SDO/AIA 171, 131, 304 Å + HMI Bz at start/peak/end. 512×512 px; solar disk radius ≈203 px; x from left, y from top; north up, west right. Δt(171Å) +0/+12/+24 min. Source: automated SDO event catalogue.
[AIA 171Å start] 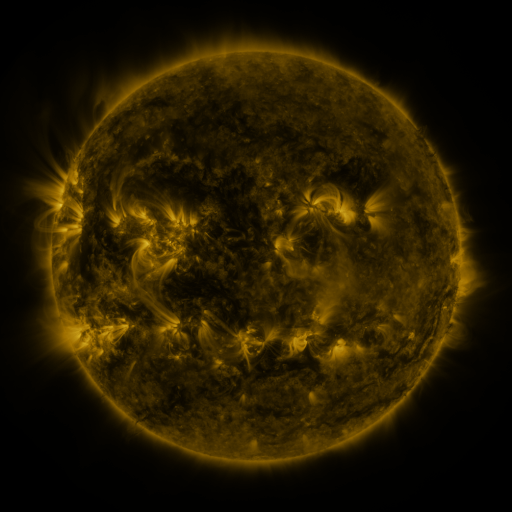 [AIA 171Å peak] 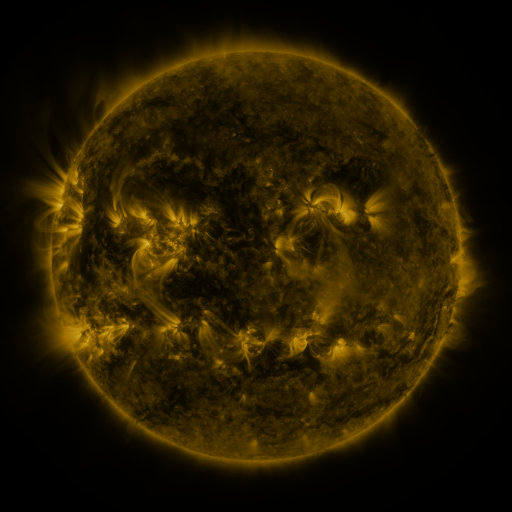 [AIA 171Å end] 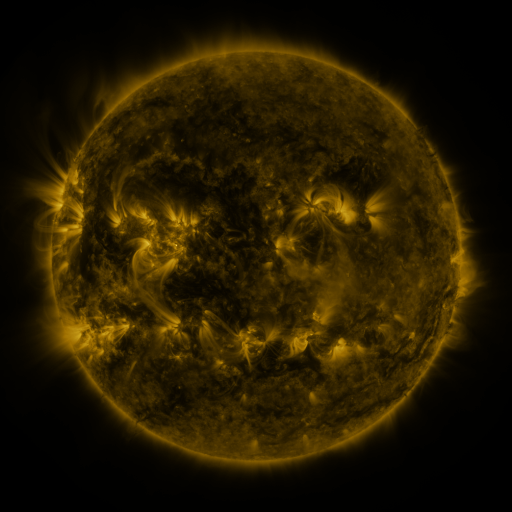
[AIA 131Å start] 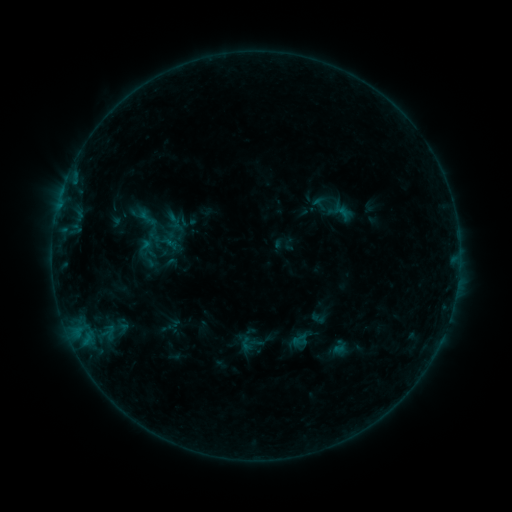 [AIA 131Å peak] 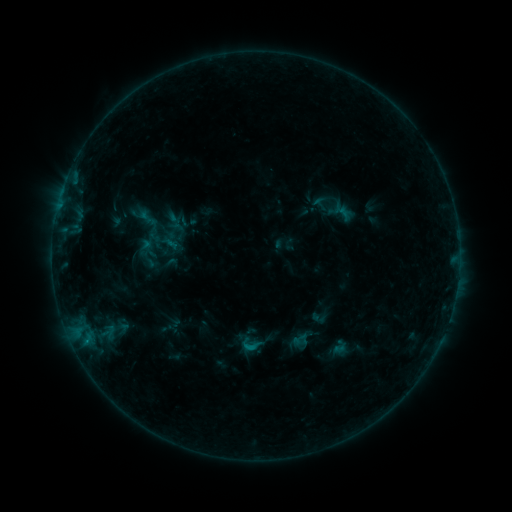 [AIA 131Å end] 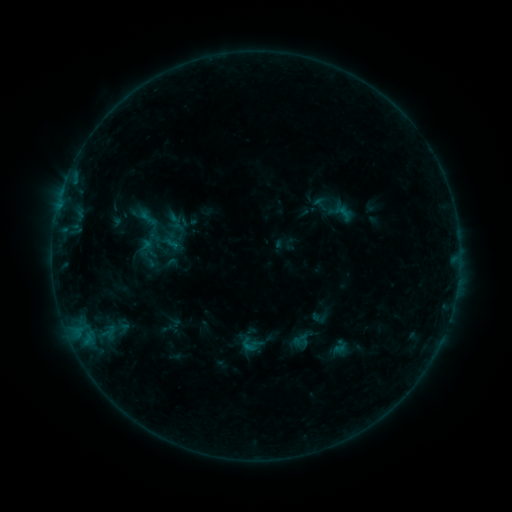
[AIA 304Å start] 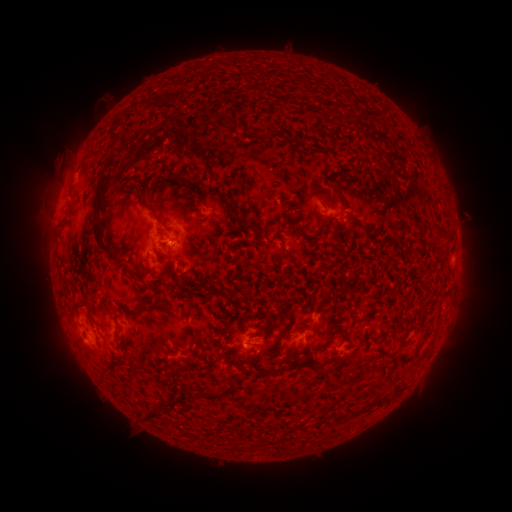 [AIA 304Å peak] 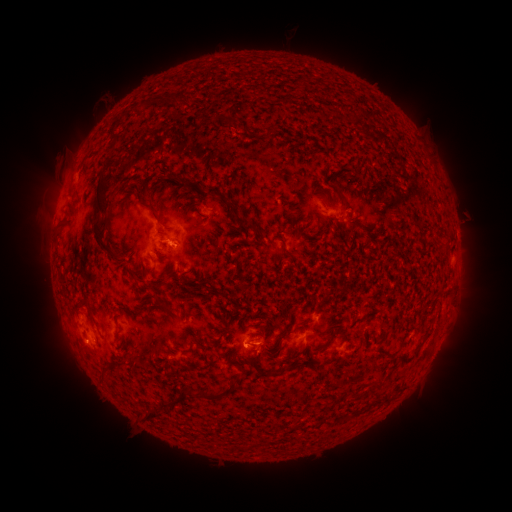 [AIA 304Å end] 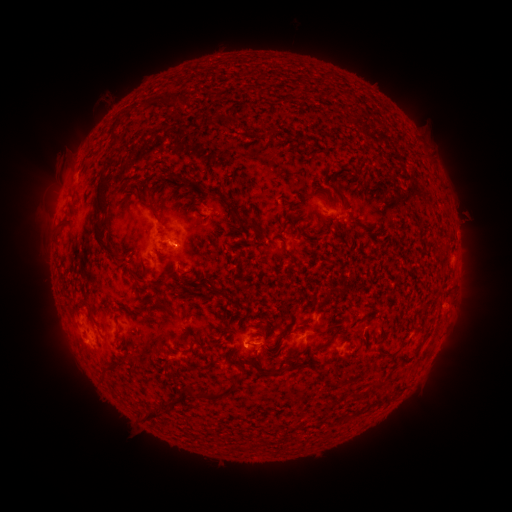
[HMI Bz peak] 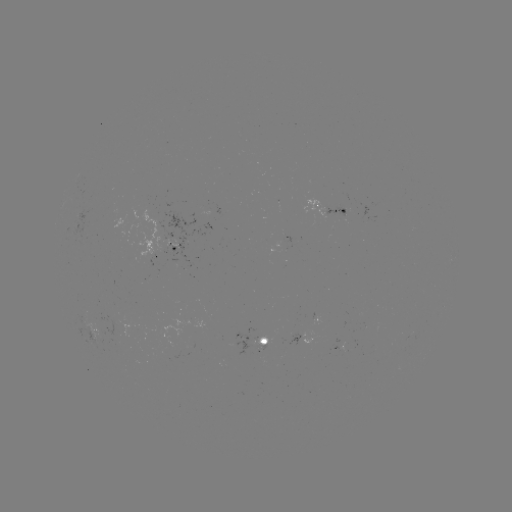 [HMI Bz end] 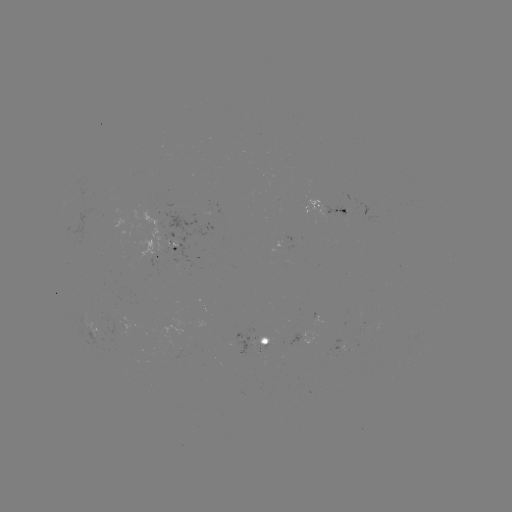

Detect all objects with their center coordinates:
B4.8 flare: (252, 345)
